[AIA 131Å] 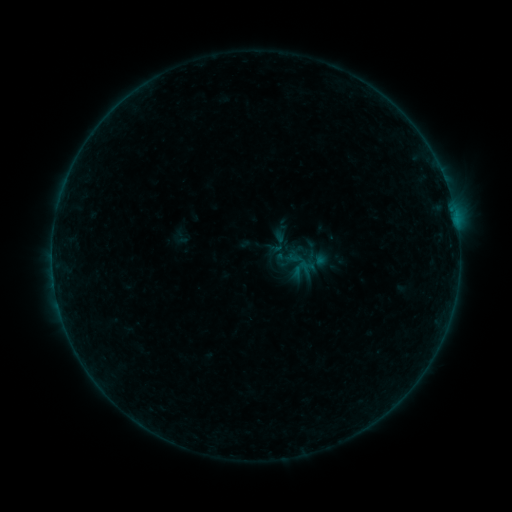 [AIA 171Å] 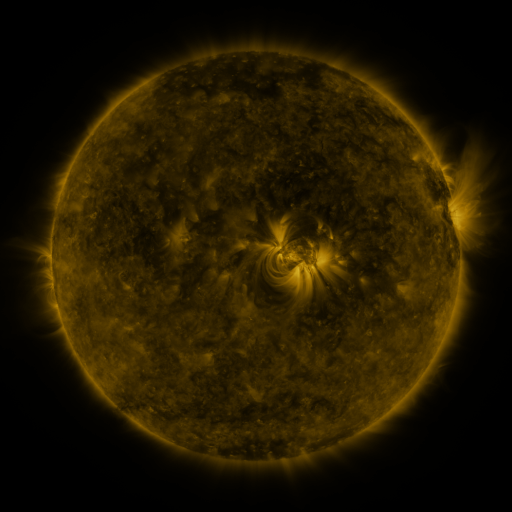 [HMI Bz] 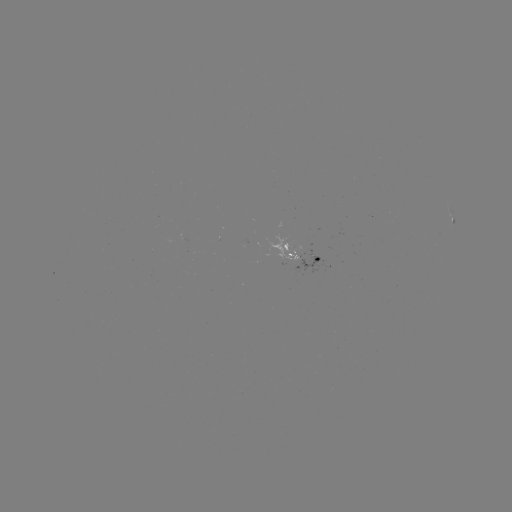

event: sigmoid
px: (306, 243)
